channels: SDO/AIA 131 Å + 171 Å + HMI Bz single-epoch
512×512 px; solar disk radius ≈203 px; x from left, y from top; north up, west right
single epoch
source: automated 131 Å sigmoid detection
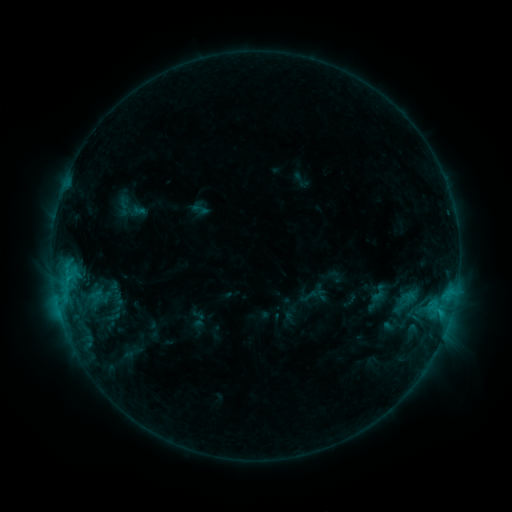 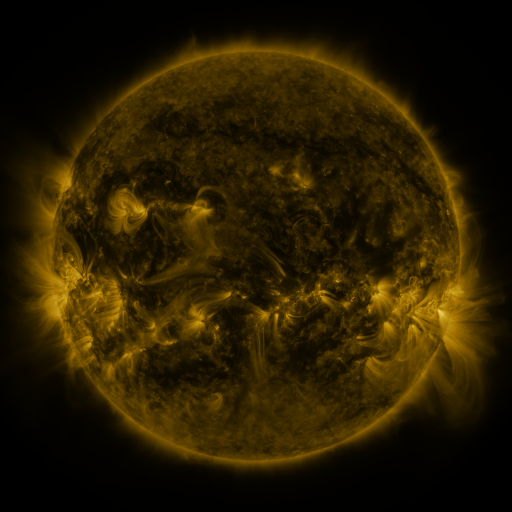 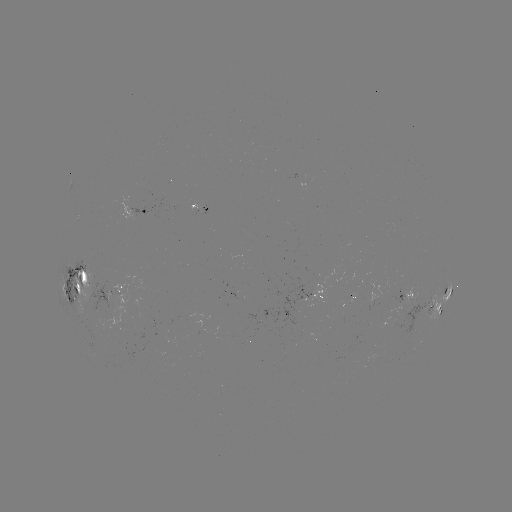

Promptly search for sigmoid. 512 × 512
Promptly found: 379,293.